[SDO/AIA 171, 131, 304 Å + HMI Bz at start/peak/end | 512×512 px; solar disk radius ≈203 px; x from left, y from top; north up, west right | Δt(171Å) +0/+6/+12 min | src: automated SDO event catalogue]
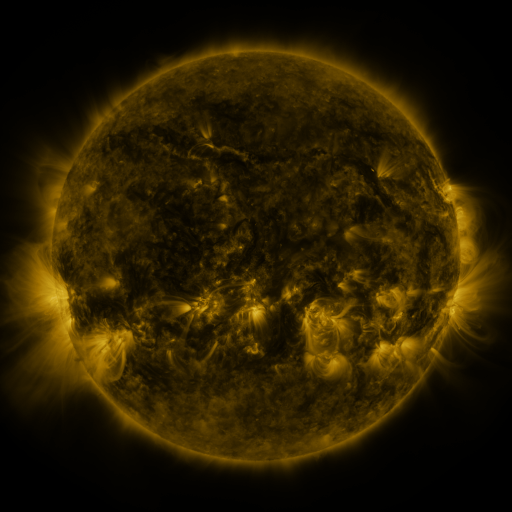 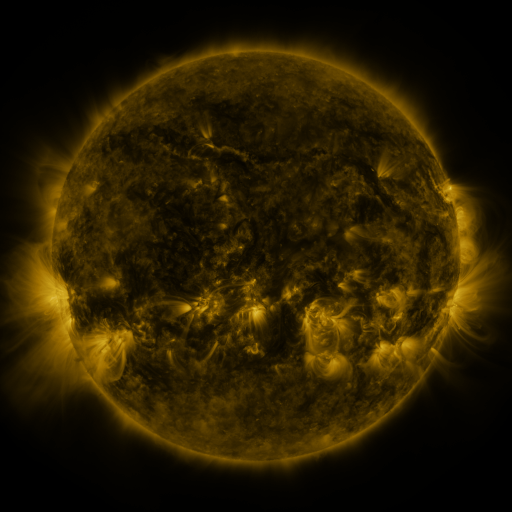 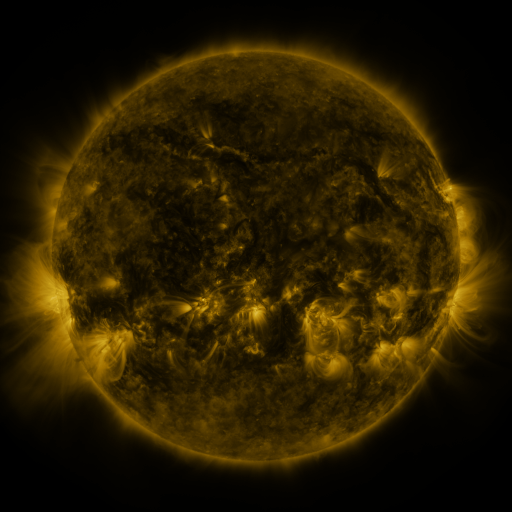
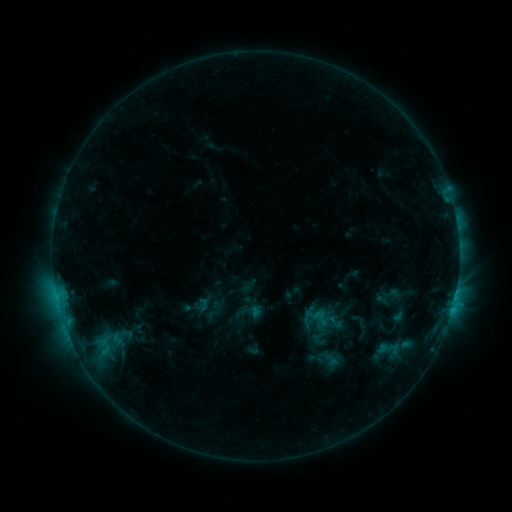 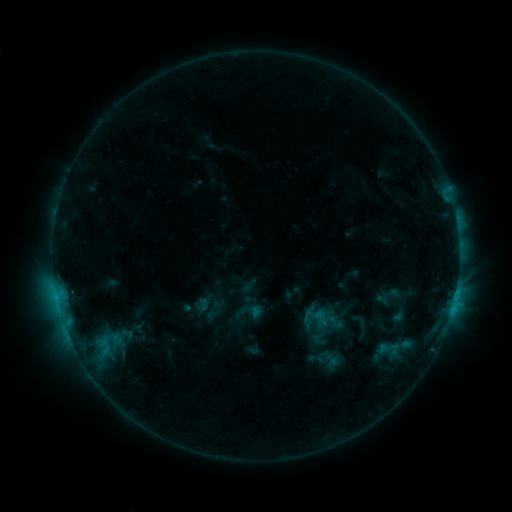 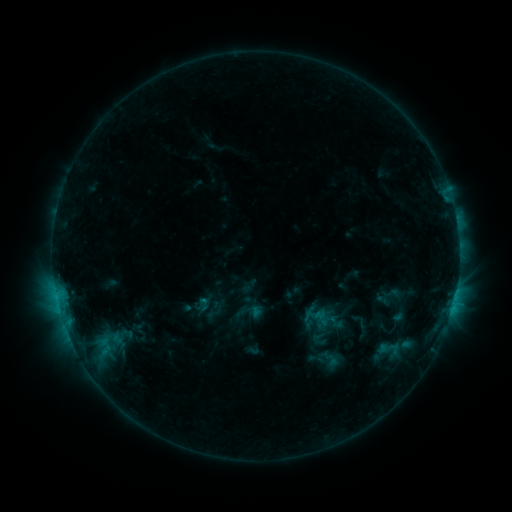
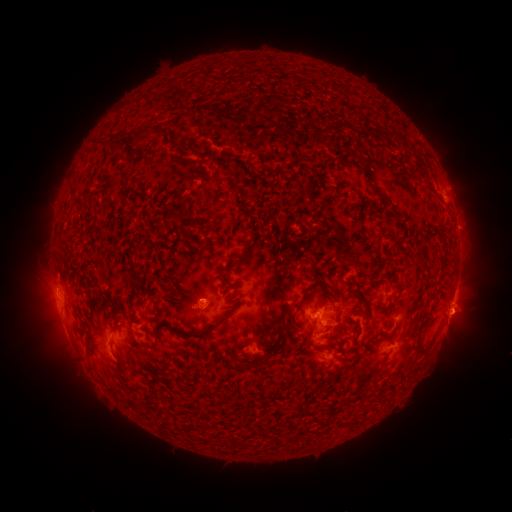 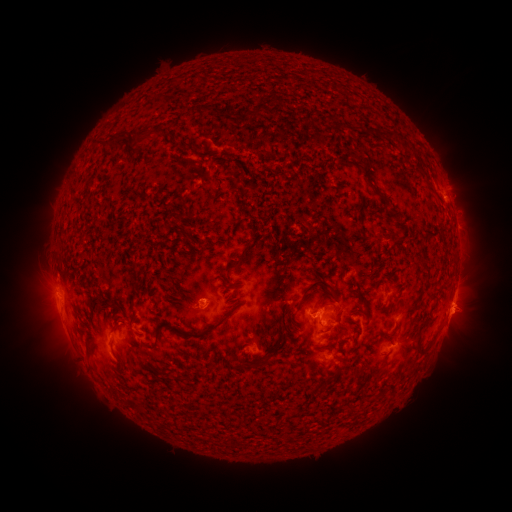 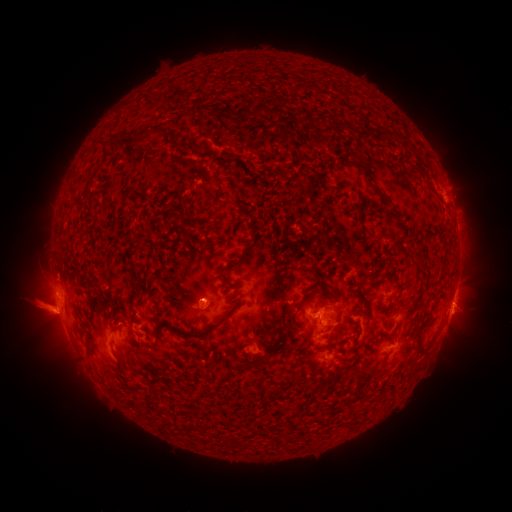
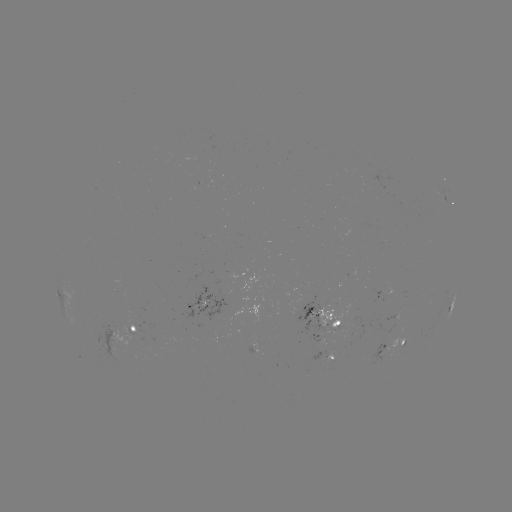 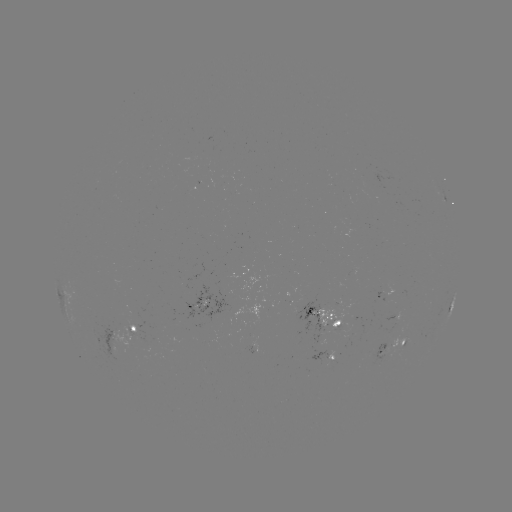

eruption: [445, 295, 487, 336]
